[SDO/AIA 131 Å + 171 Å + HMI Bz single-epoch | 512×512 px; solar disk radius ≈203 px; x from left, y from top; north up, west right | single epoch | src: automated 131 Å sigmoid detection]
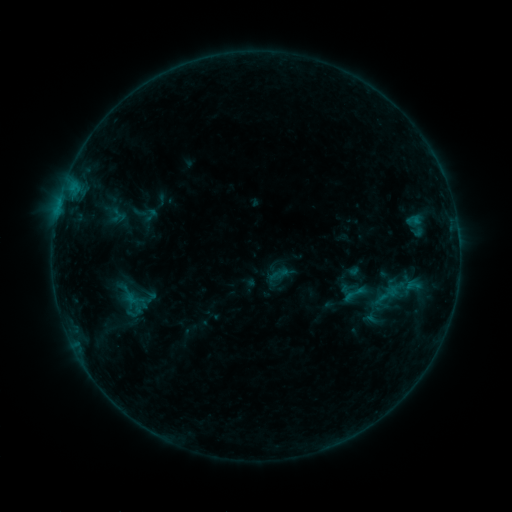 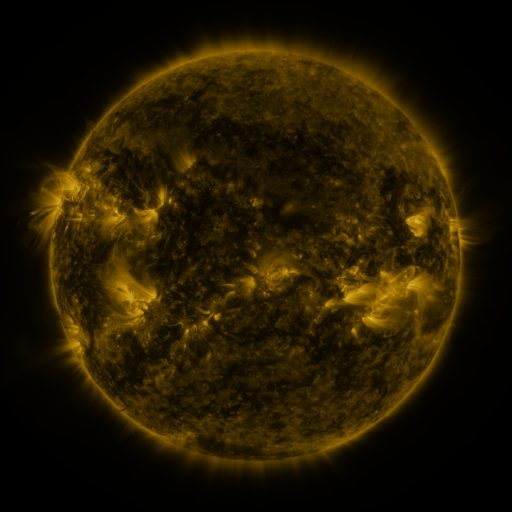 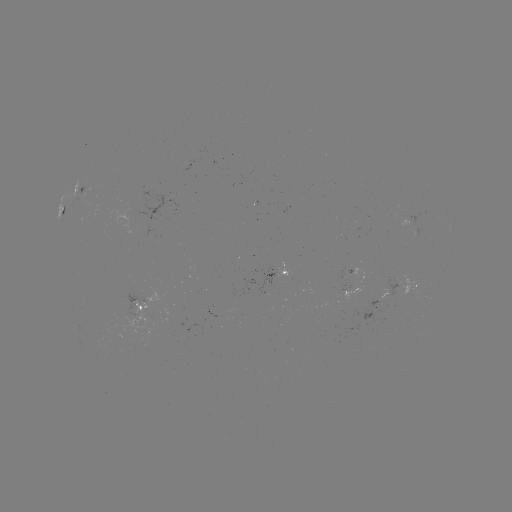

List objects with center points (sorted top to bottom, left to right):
sigmoid: (150, 215)
sigmoid: (413, 285)
sigmoid: (354, 294)
